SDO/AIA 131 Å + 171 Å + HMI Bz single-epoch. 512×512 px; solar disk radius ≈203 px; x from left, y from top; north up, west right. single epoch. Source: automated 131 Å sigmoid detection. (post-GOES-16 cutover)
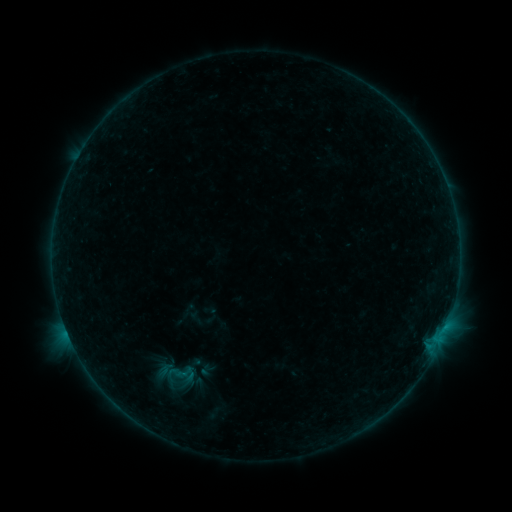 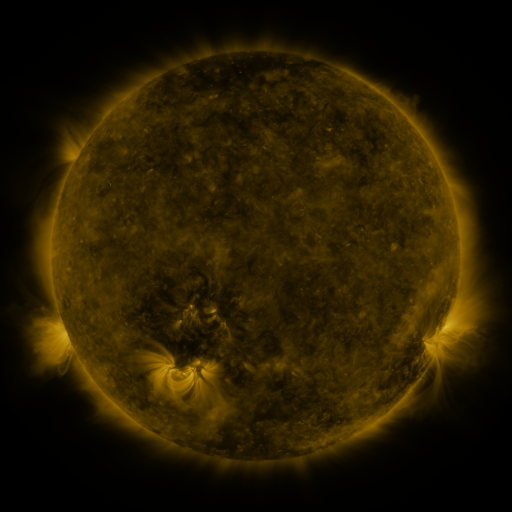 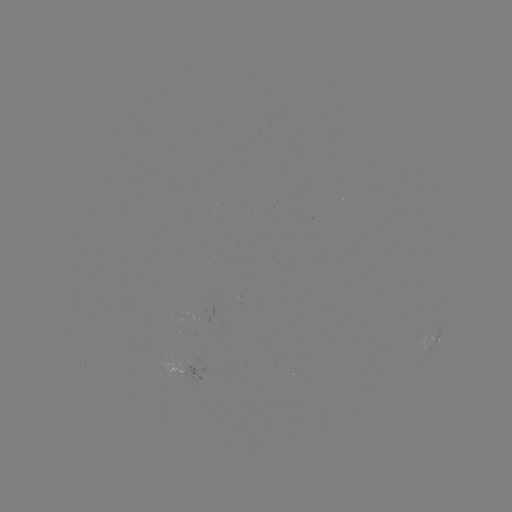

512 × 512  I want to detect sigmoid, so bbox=[159, 359, 198, 385].